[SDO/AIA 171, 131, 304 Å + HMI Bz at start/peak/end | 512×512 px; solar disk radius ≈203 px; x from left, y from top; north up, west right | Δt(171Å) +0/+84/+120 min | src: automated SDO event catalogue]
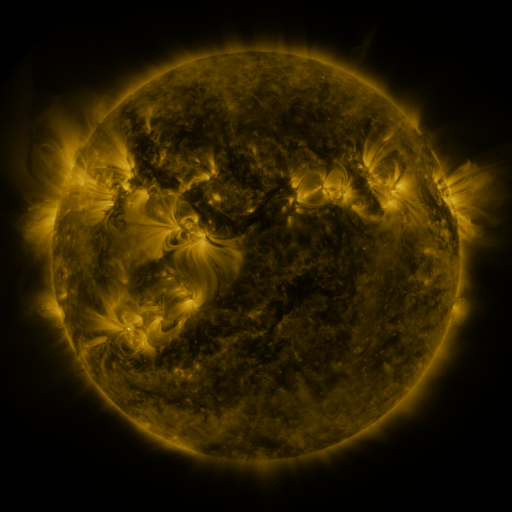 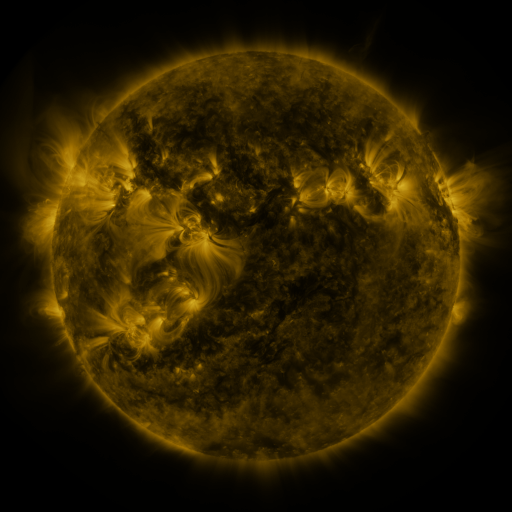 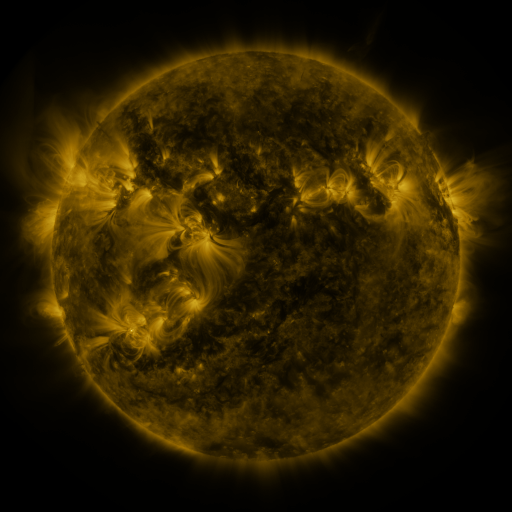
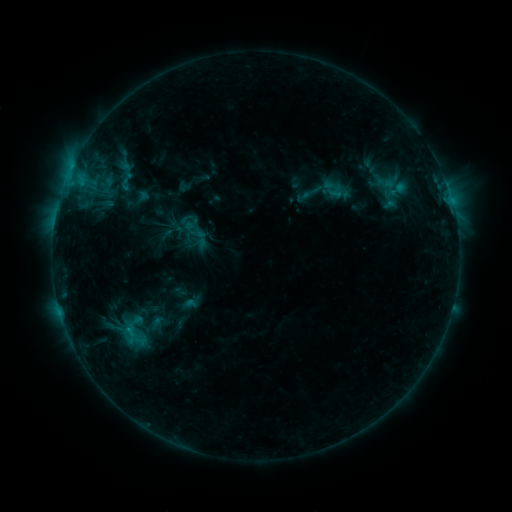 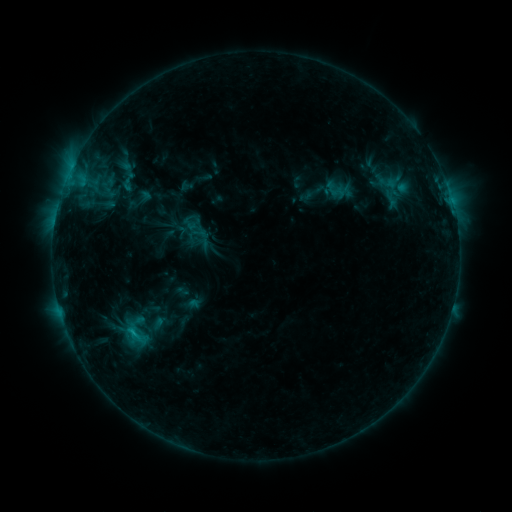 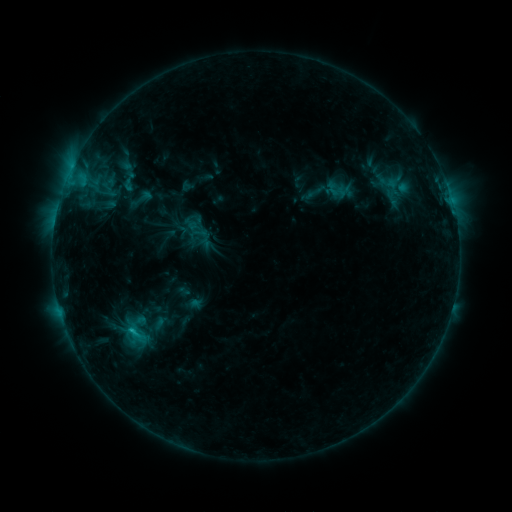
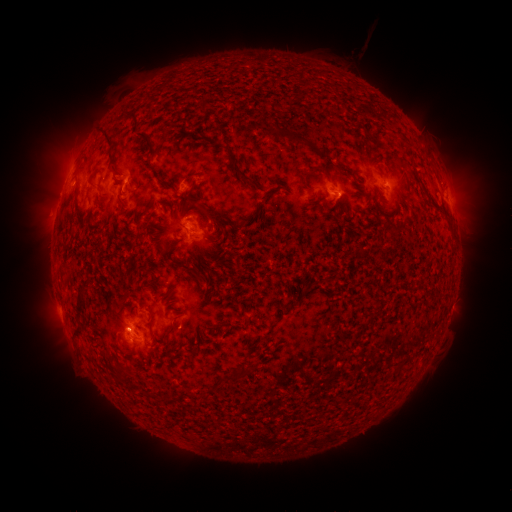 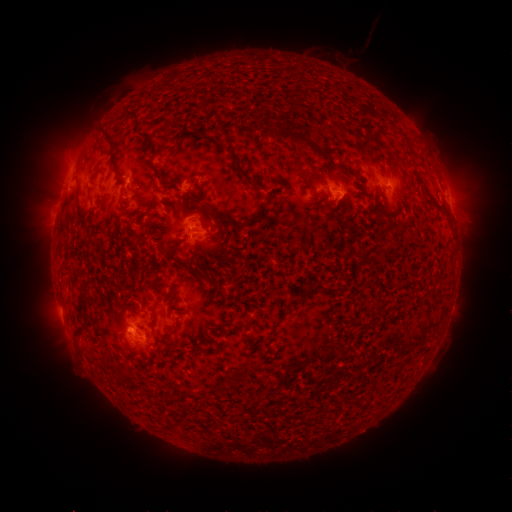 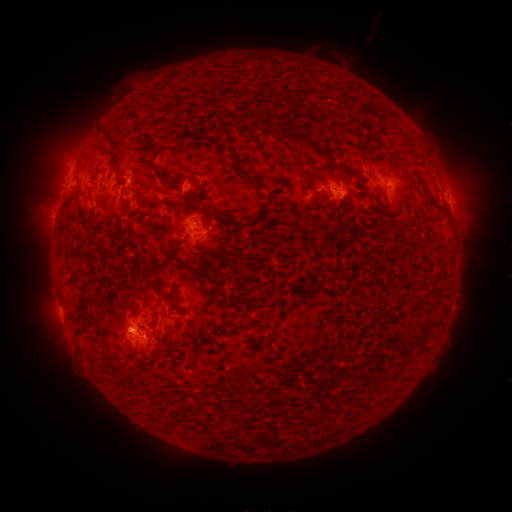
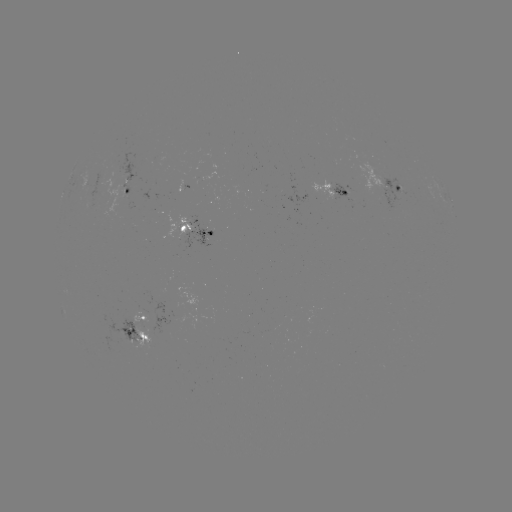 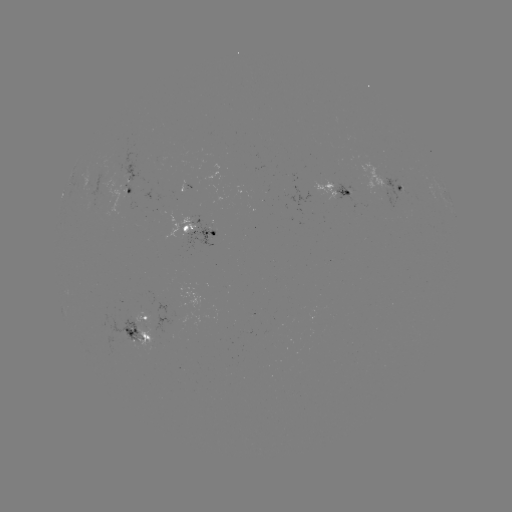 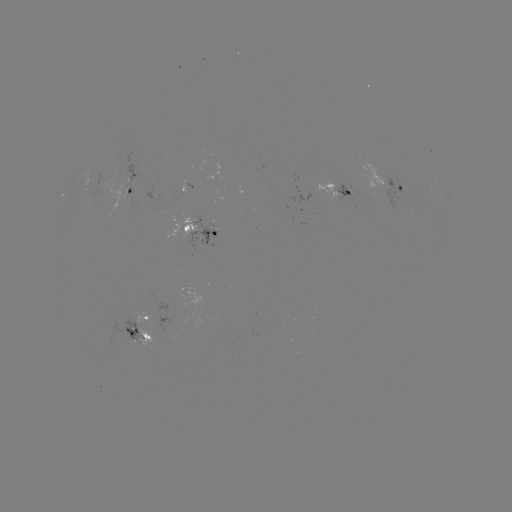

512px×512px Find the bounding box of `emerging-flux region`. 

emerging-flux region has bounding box [178, 312, 200, 327].